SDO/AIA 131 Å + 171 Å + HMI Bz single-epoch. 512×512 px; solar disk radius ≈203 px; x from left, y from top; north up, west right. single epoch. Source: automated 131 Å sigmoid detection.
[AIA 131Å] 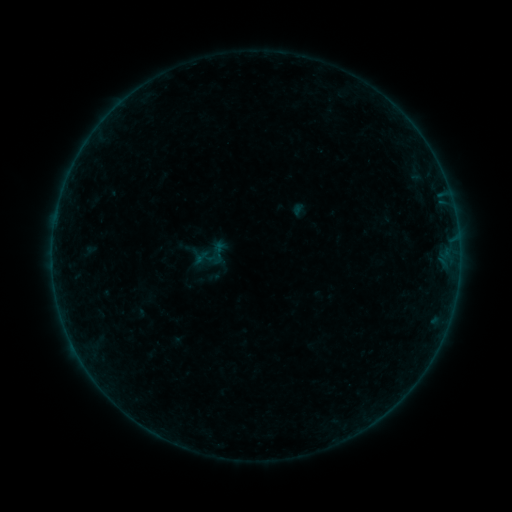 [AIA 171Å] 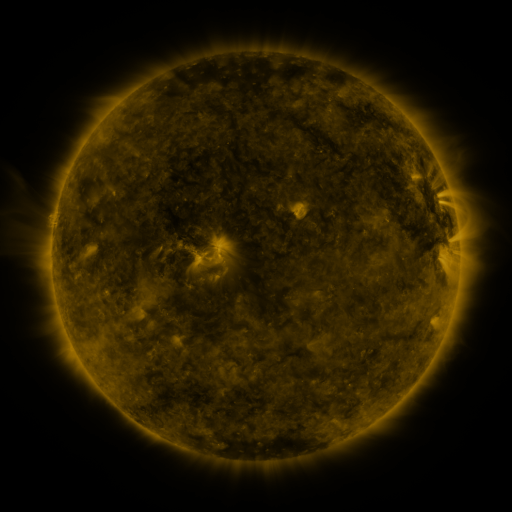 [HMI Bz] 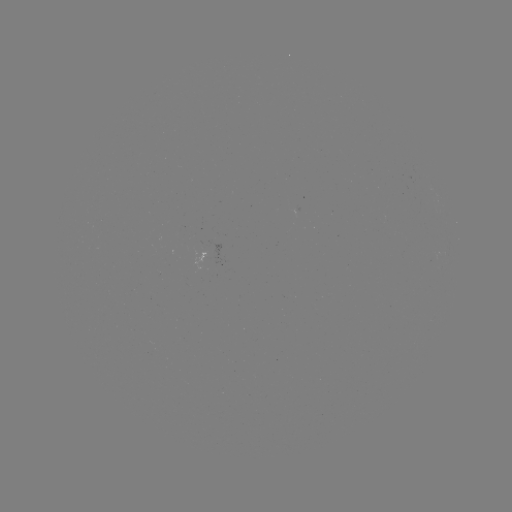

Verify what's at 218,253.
sigmoid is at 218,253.